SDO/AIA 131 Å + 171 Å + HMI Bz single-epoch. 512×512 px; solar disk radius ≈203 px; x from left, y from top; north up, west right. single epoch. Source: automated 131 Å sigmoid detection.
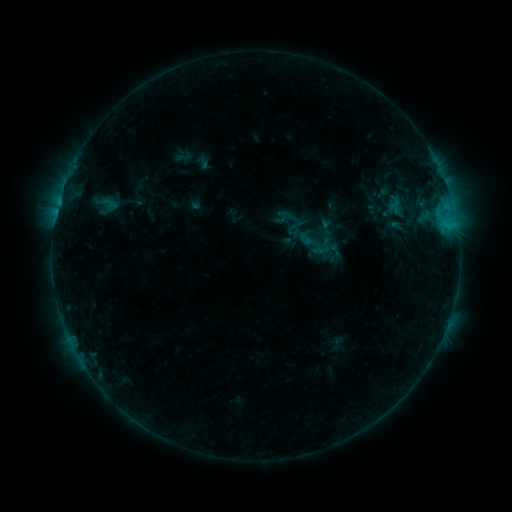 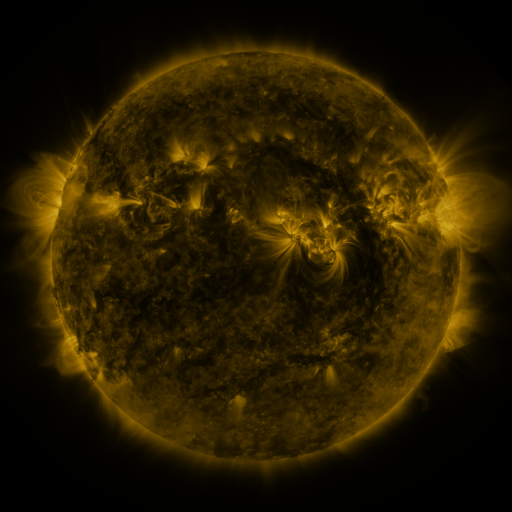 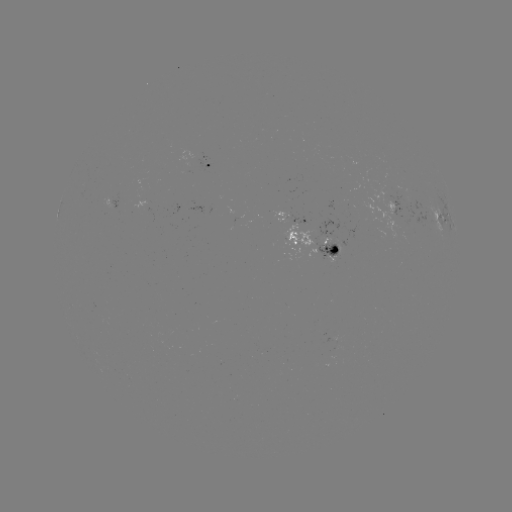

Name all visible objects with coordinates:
sigmoid: (92, 189, 120, 221)
sigmoid: (303, 231, 332, 259)
